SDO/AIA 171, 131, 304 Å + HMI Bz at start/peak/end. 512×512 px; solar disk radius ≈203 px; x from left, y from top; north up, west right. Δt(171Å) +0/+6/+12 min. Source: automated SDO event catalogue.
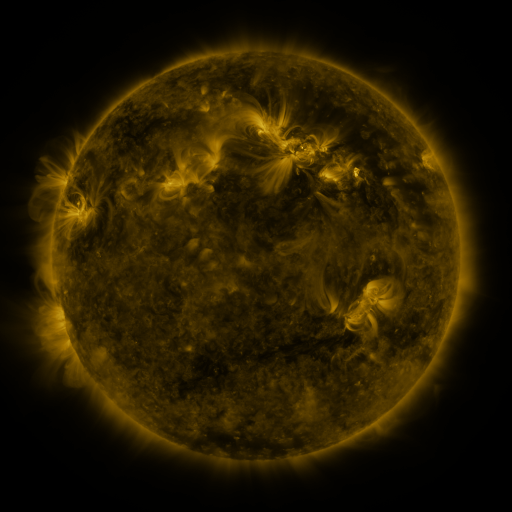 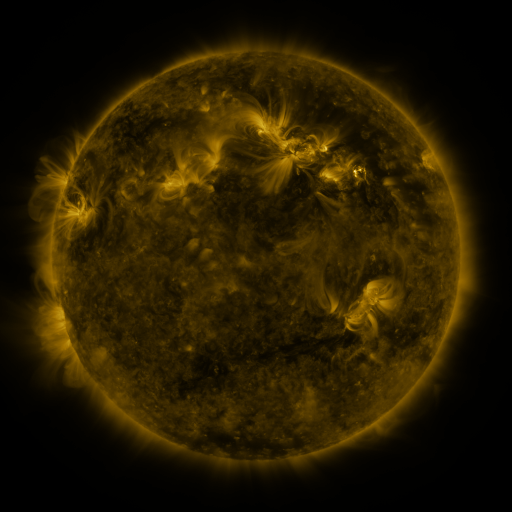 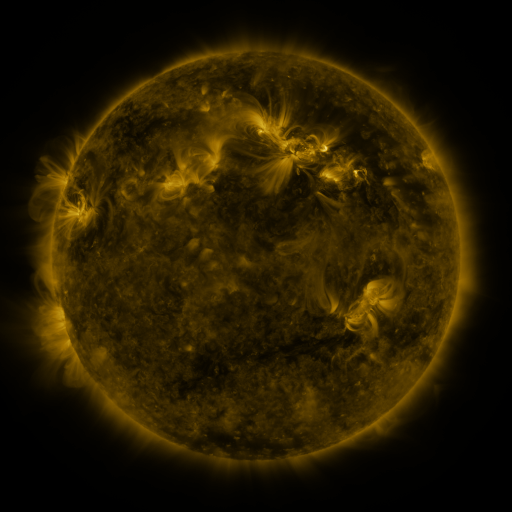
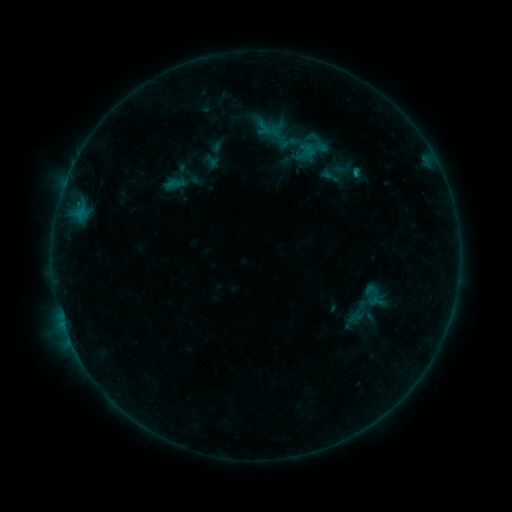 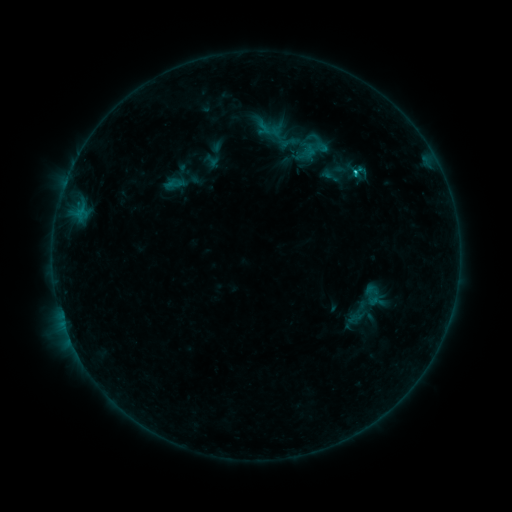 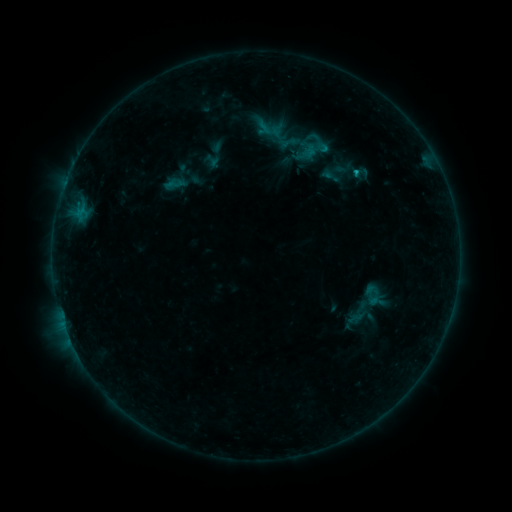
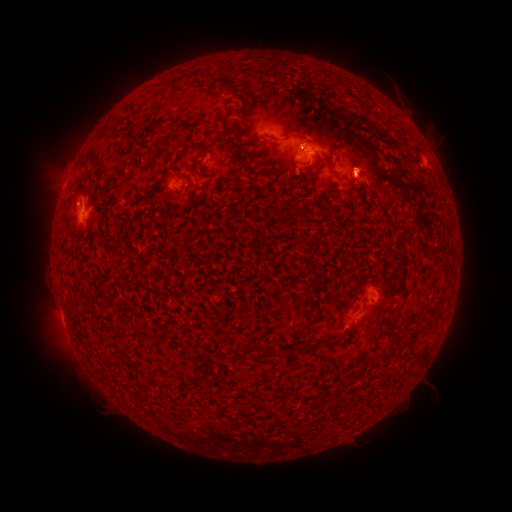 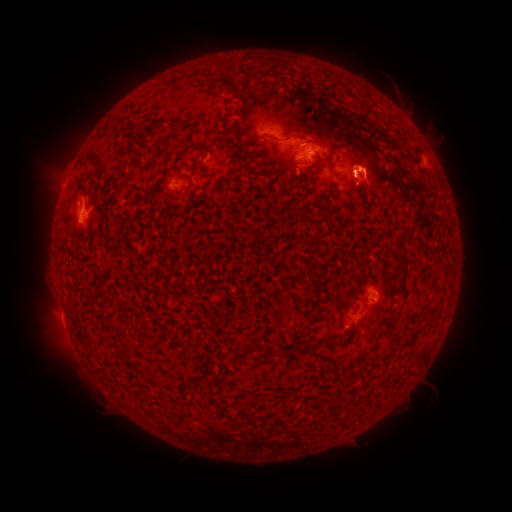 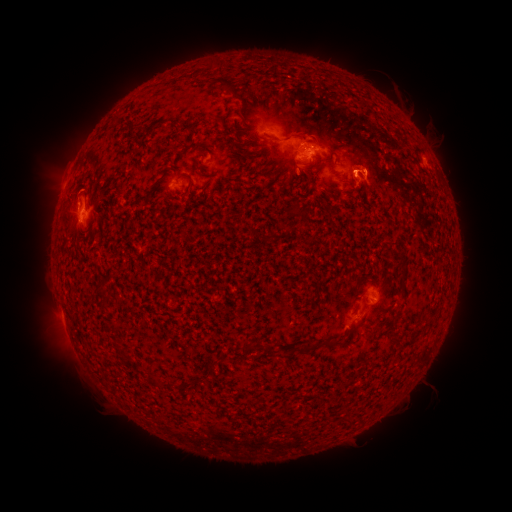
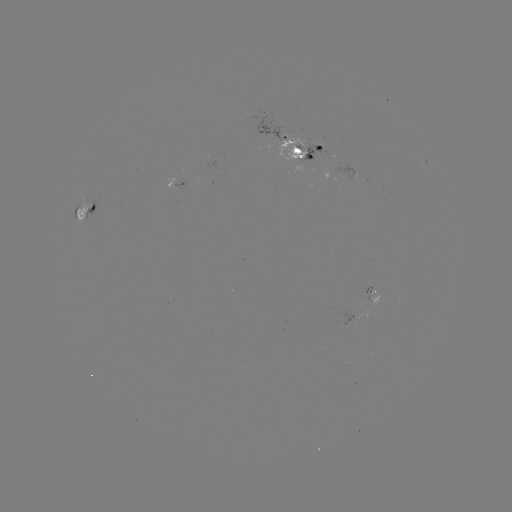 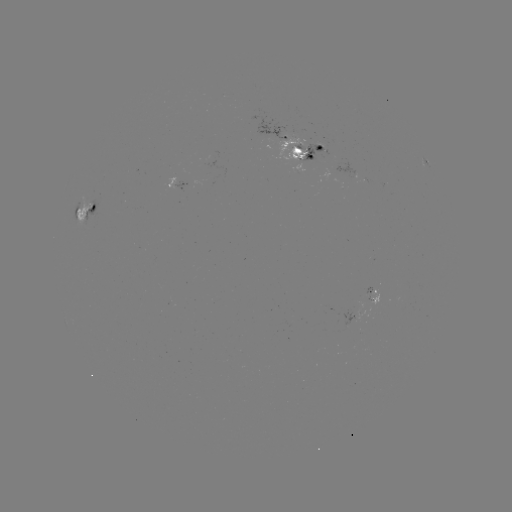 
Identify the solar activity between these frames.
eruption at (369, 171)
